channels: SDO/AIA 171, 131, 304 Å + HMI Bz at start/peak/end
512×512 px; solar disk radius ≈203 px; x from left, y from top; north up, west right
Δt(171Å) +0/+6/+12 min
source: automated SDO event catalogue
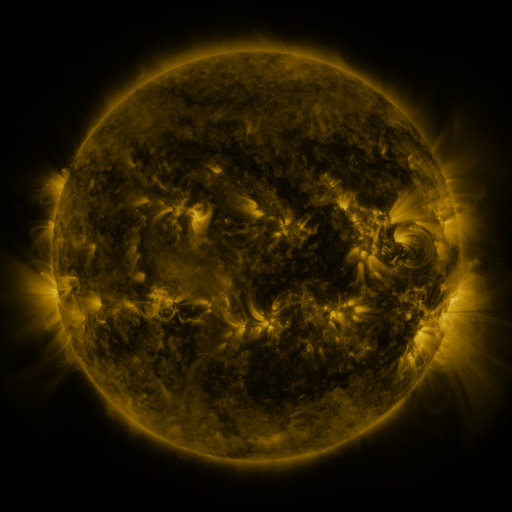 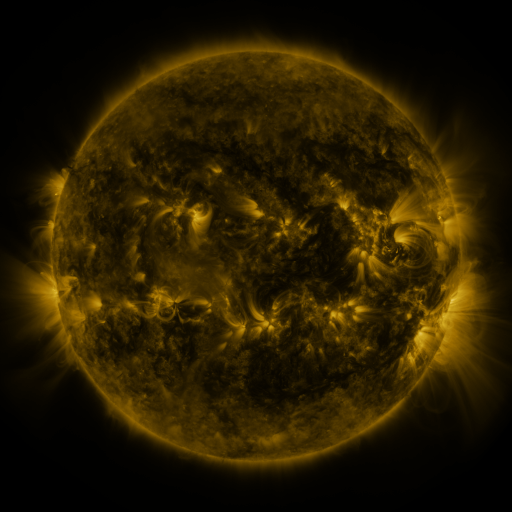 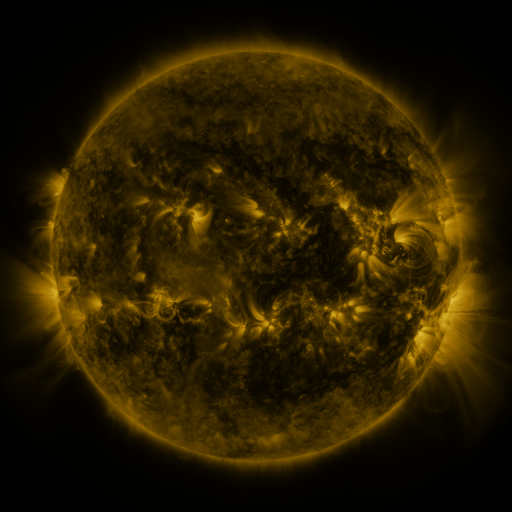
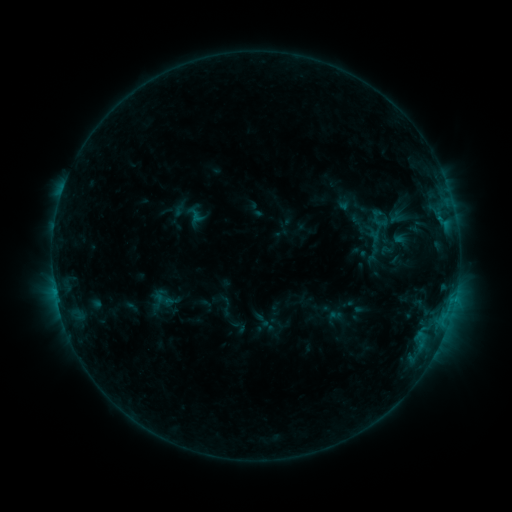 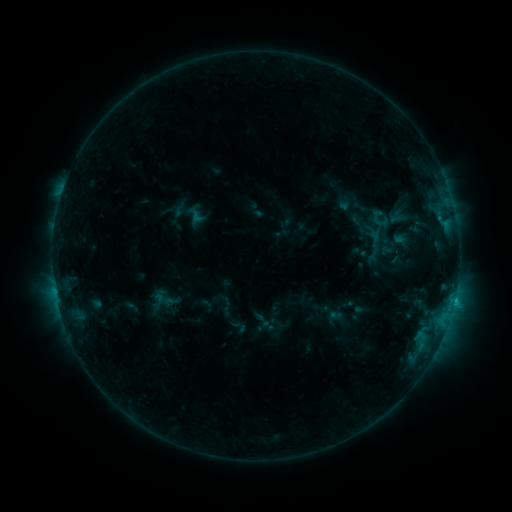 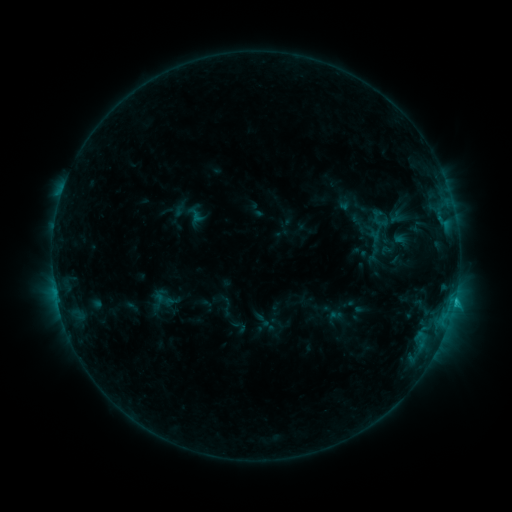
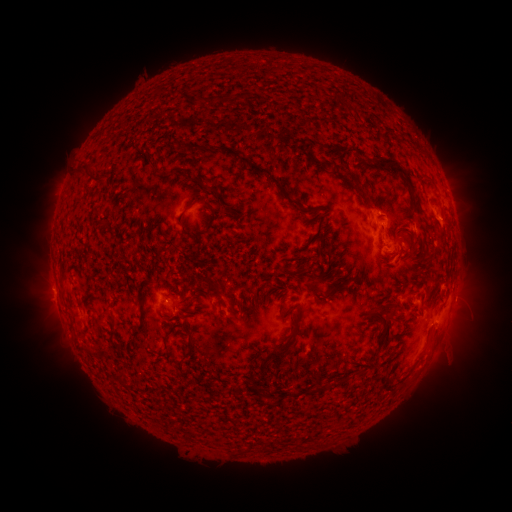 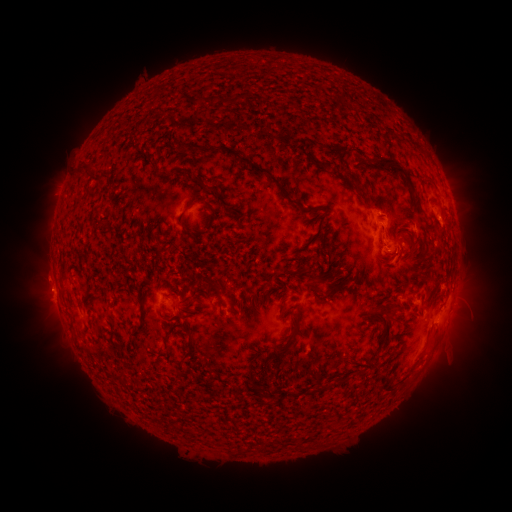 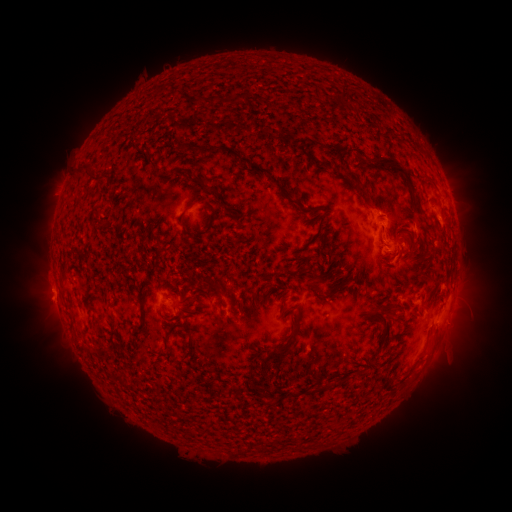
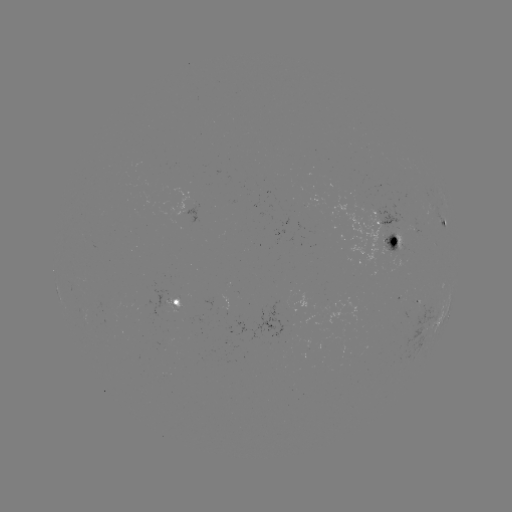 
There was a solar flare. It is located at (453, 301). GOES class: C1.7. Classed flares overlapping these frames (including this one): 1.